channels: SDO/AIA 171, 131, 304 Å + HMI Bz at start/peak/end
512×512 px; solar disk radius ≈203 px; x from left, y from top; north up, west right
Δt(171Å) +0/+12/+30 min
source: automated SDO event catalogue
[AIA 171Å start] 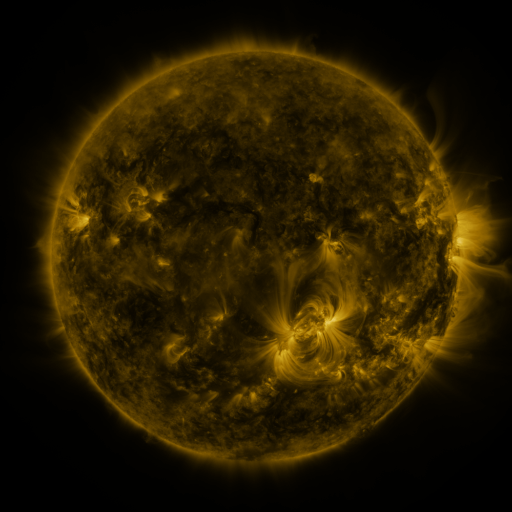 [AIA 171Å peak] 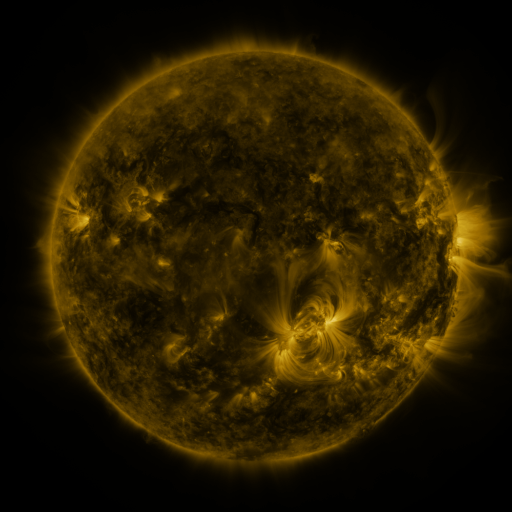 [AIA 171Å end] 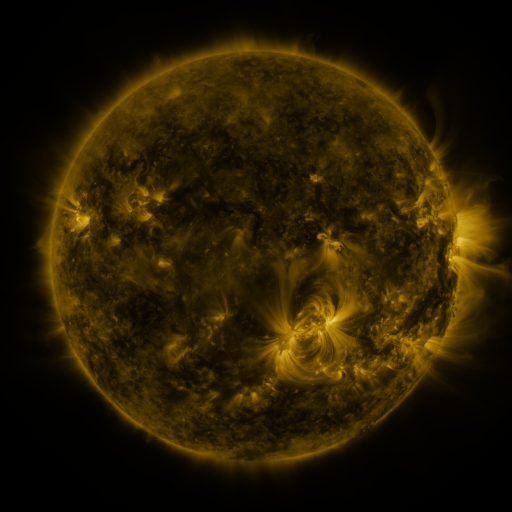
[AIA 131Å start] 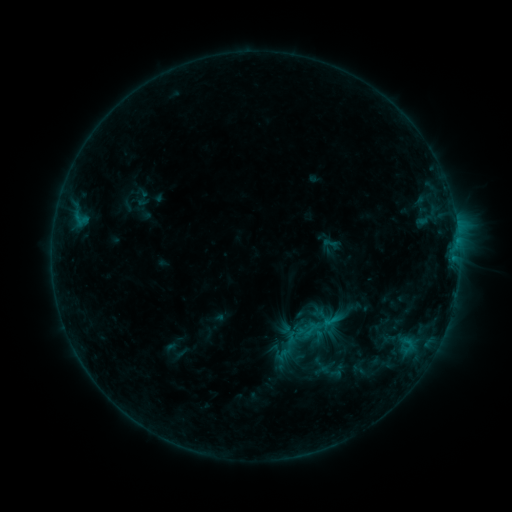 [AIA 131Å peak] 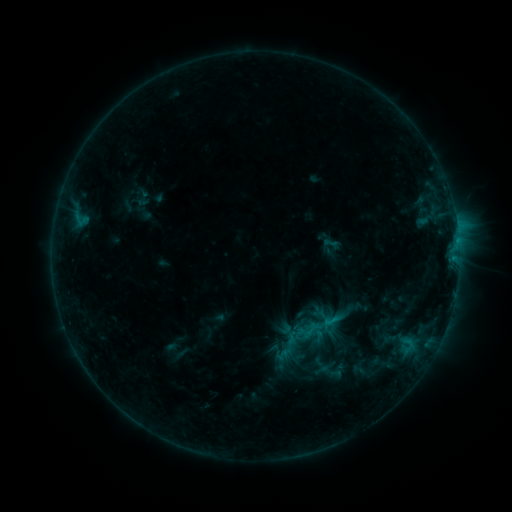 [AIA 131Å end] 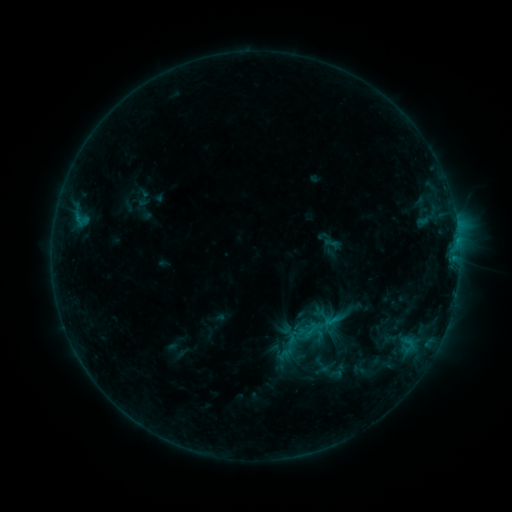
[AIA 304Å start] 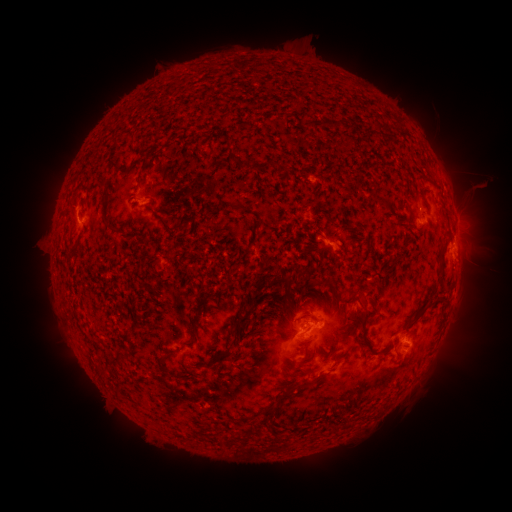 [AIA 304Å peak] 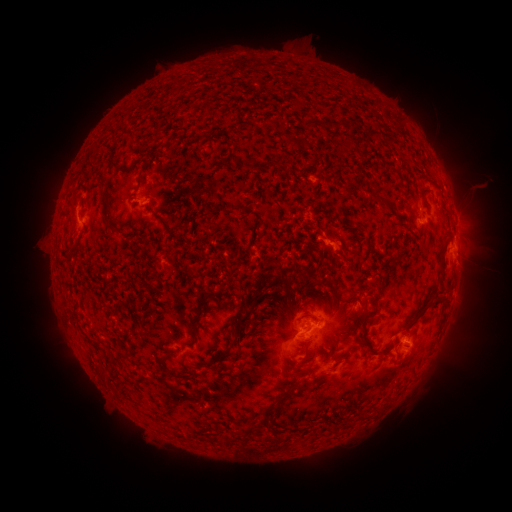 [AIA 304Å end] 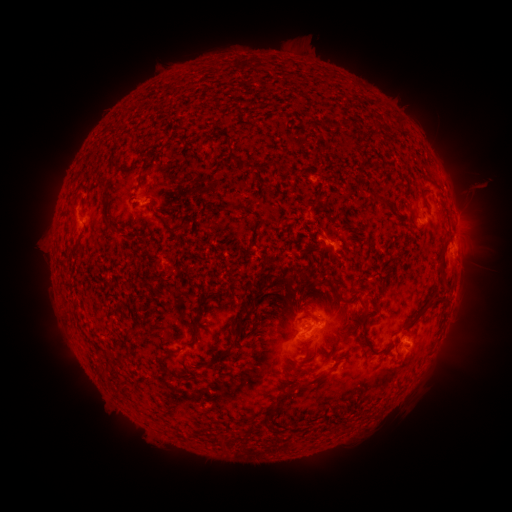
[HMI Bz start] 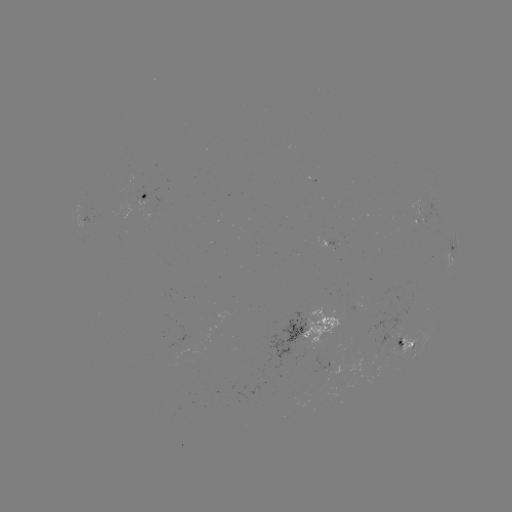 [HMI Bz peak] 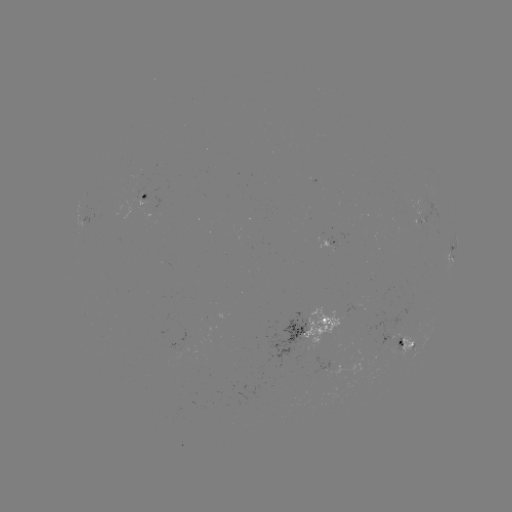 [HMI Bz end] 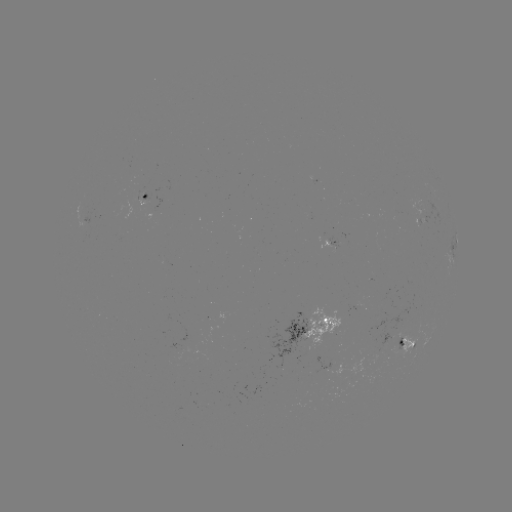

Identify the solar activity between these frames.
nothing was catalogued: no classed flare, no EUV trigger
